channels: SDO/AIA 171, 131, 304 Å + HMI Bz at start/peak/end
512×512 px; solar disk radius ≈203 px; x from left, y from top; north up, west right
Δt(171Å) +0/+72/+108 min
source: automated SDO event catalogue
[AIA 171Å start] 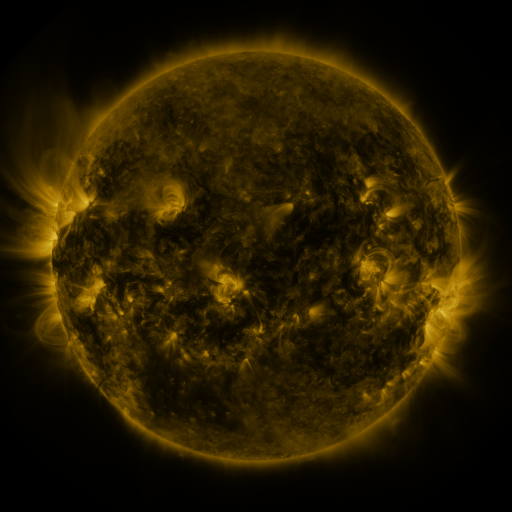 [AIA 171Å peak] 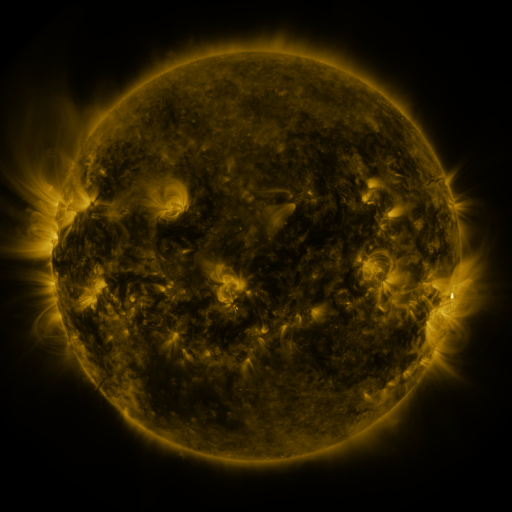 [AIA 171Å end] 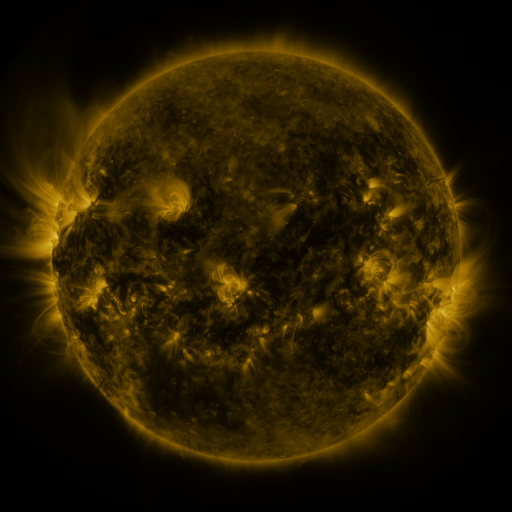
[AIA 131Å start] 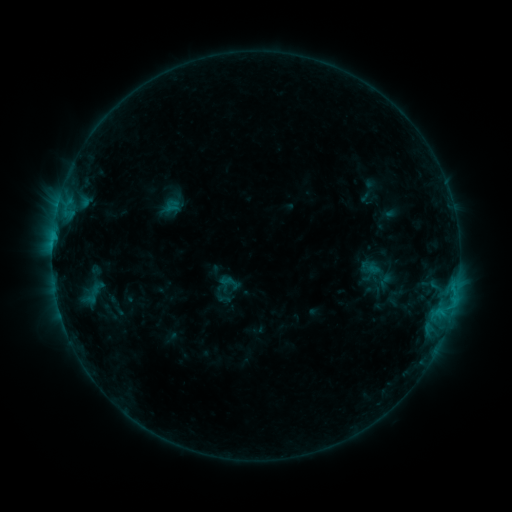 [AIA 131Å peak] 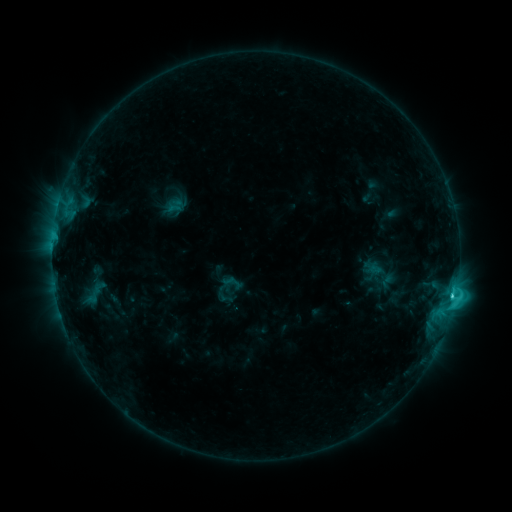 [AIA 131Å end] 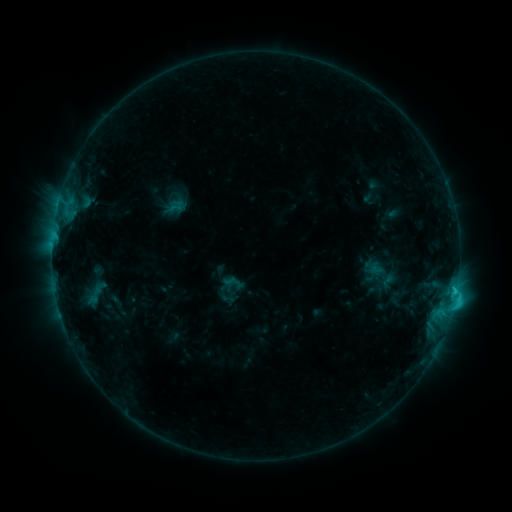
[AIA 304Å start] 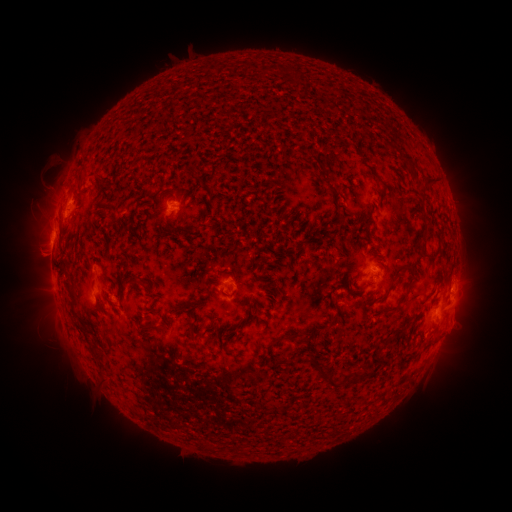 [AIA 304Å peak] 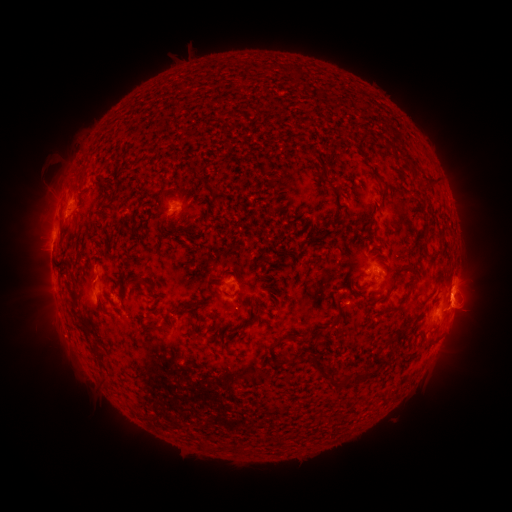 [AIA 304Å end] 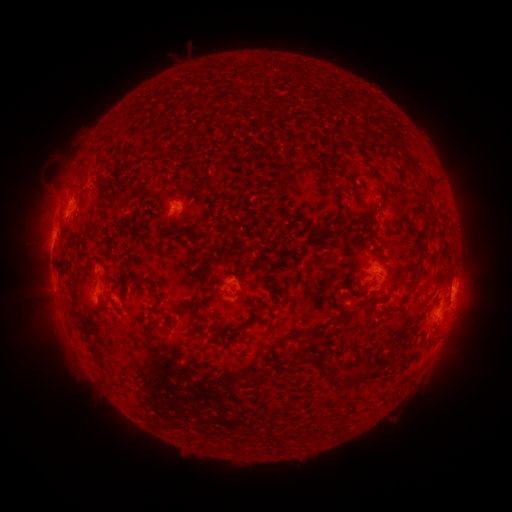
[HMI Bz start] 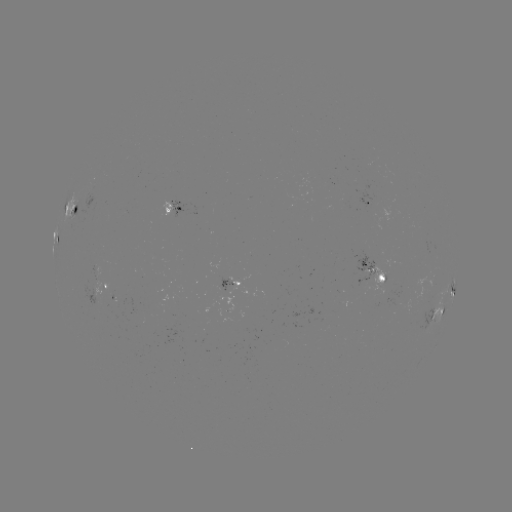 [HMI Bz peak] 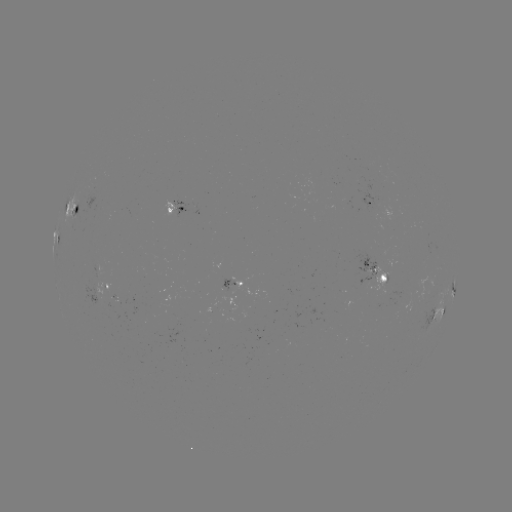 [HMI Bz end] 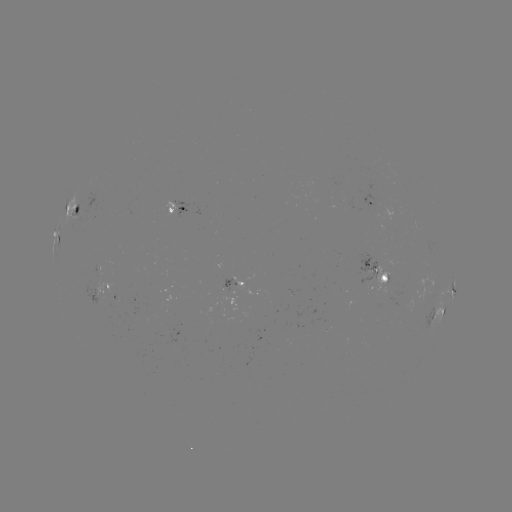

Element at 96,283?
emerging-flux region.